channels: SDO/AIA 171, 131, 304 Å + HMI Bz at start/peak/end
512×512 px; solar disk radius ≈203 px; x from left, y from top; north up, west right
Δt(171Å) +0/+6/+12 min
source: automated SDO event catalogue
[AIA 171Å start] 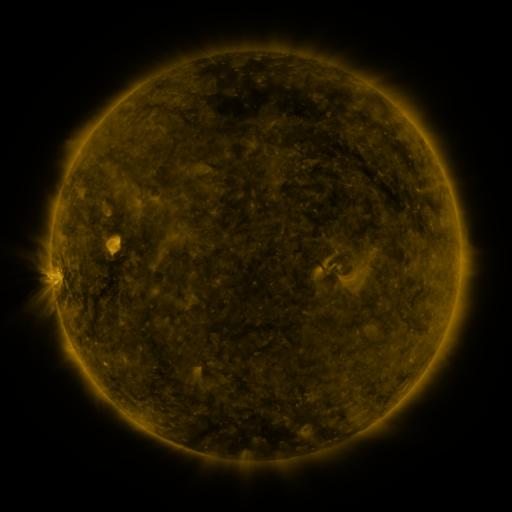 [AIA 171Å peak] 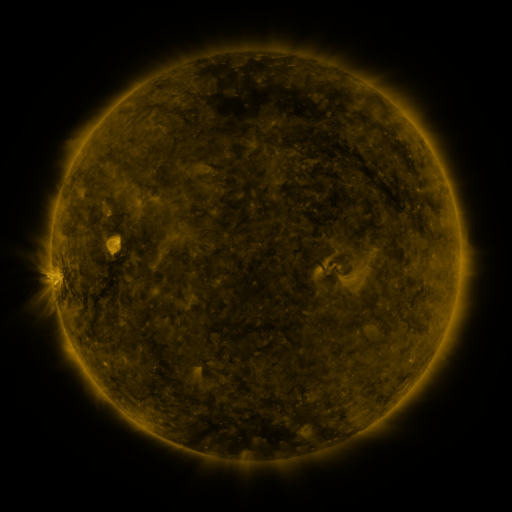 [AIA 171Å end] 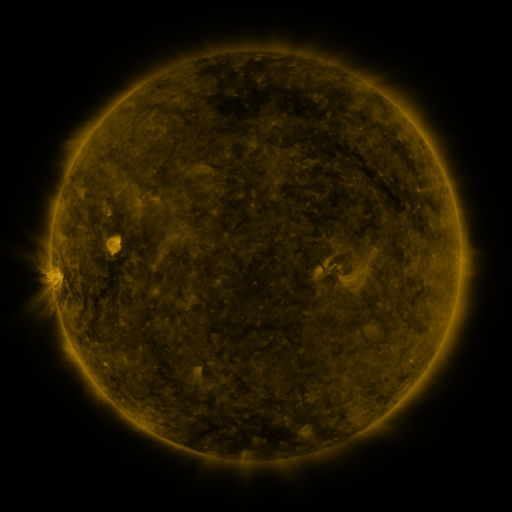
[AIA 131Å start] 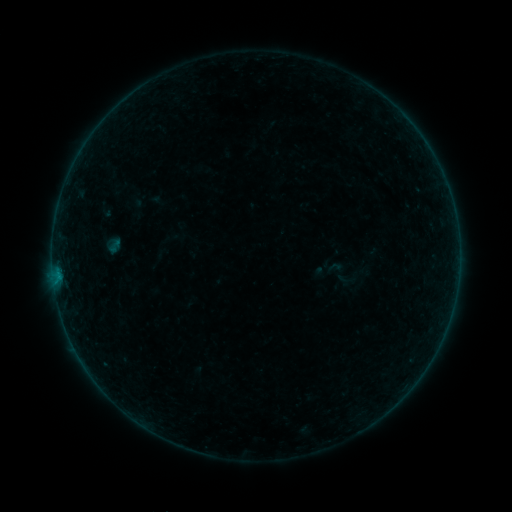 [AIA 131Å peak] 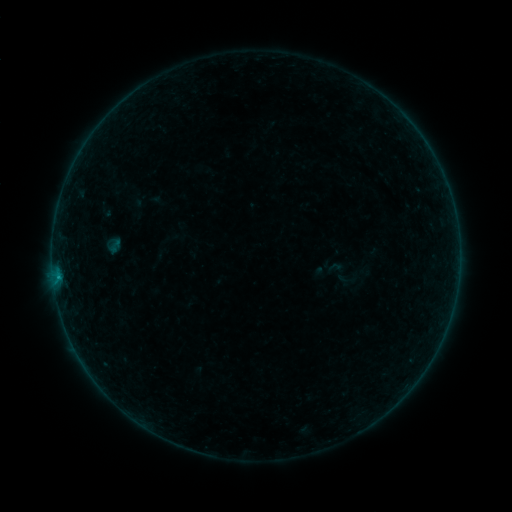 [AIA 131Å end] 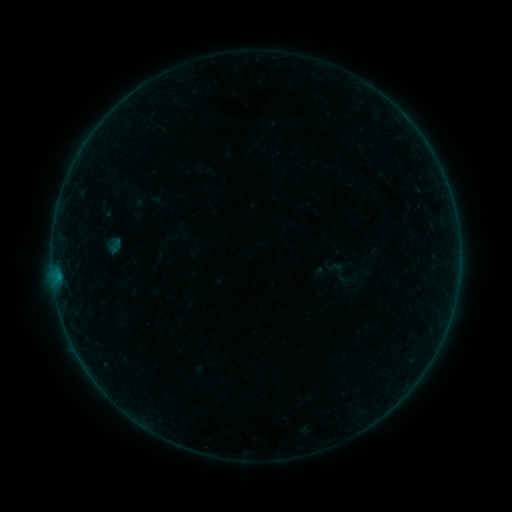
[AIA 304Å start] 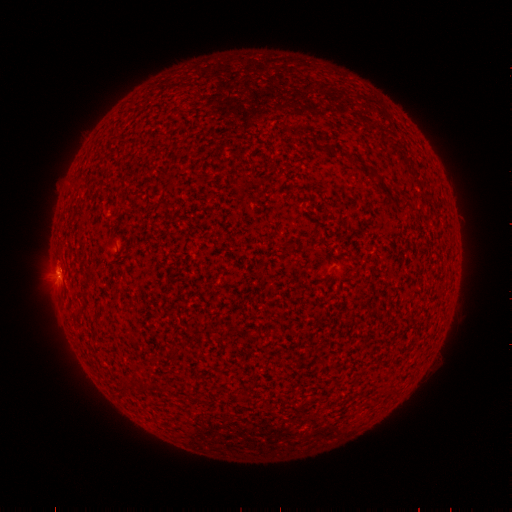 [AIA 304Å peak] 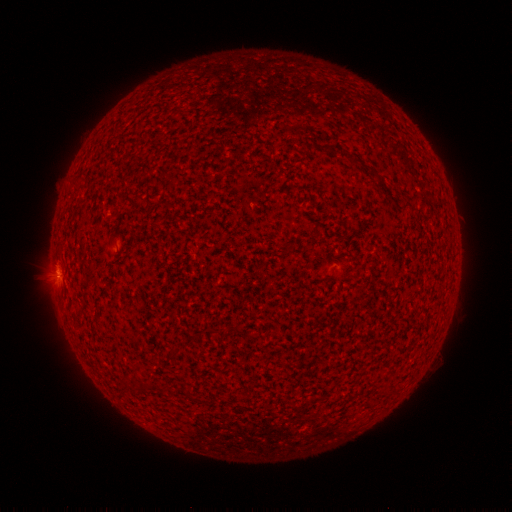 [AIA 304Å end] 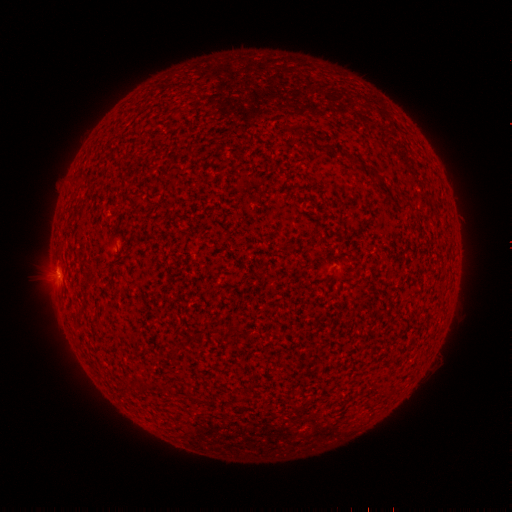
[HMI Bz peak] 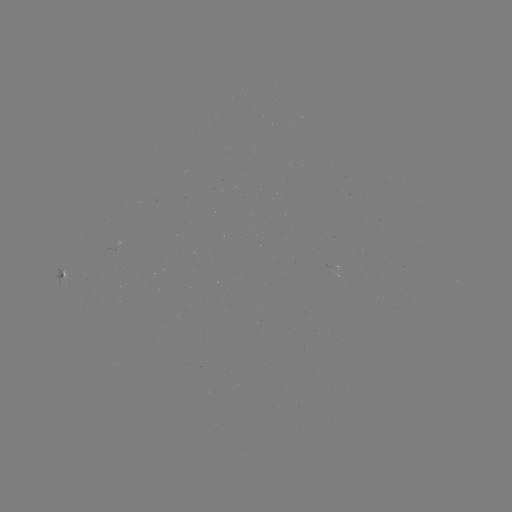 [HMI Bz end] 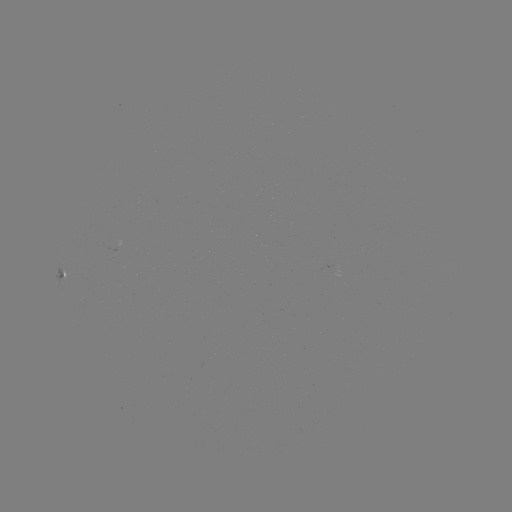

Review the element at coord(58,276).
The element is B2.0 flare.